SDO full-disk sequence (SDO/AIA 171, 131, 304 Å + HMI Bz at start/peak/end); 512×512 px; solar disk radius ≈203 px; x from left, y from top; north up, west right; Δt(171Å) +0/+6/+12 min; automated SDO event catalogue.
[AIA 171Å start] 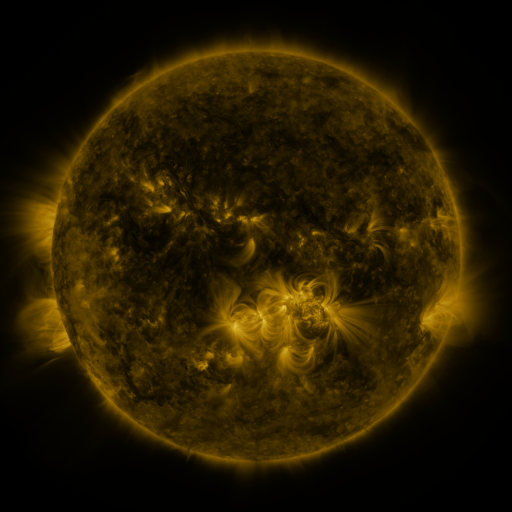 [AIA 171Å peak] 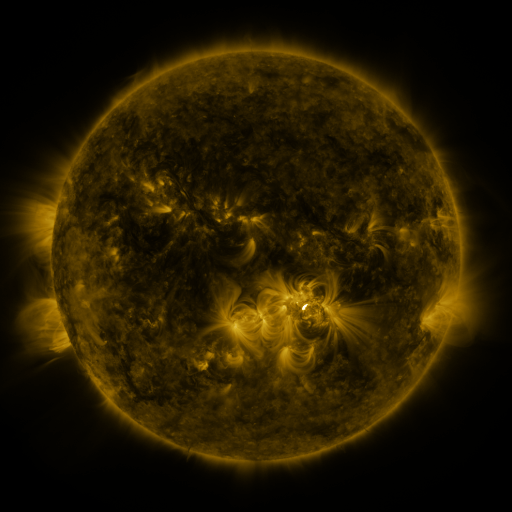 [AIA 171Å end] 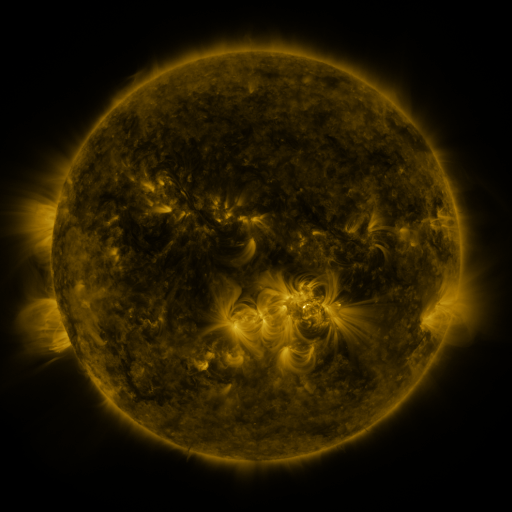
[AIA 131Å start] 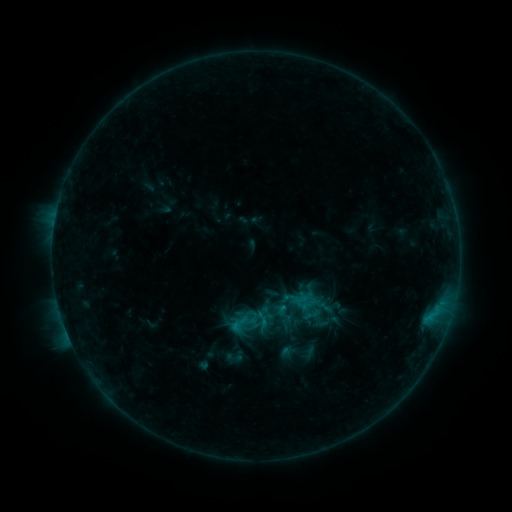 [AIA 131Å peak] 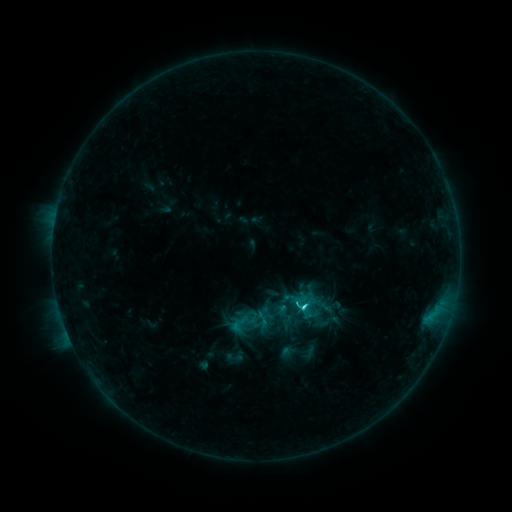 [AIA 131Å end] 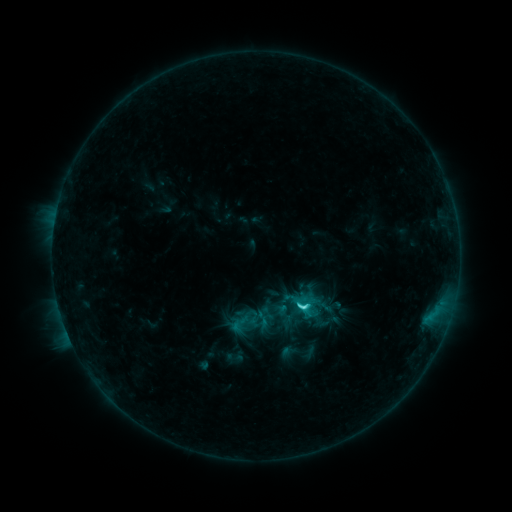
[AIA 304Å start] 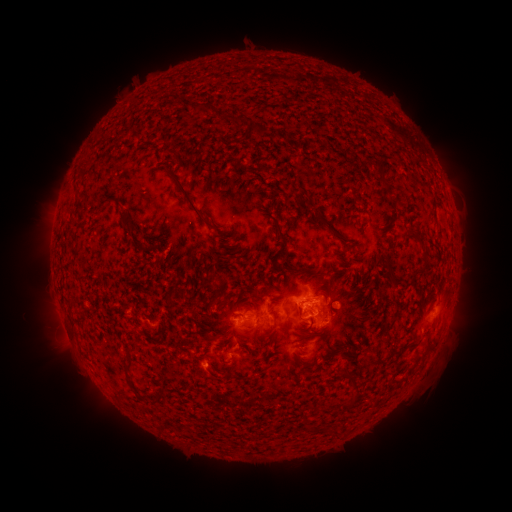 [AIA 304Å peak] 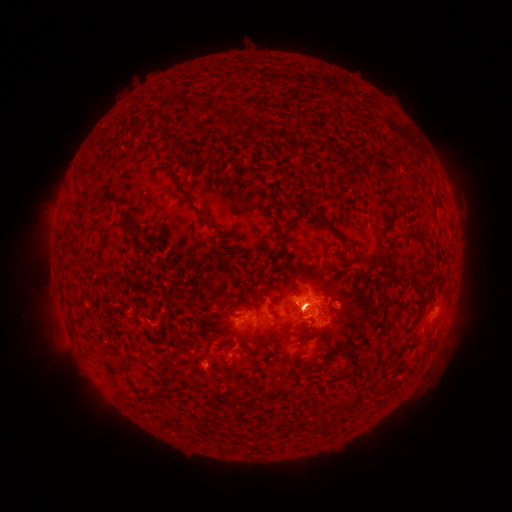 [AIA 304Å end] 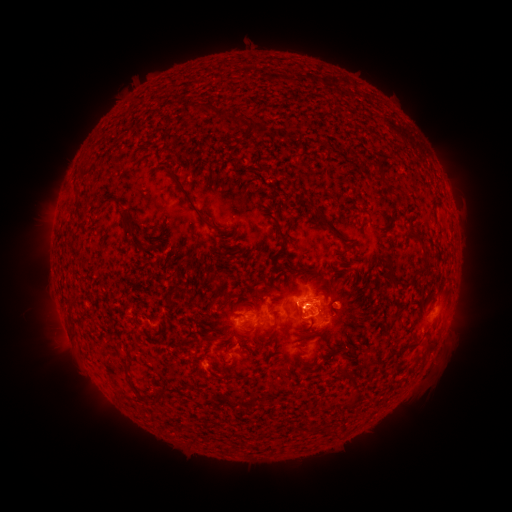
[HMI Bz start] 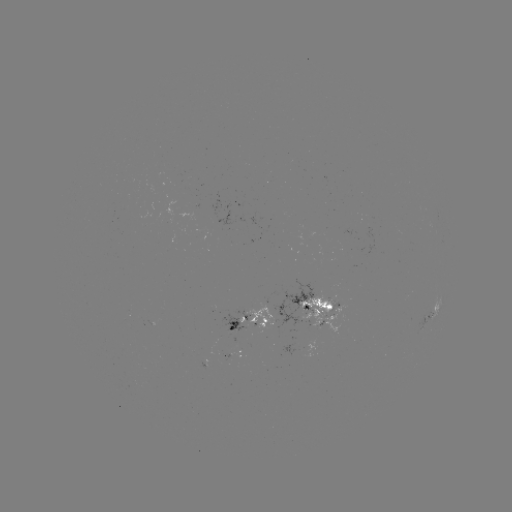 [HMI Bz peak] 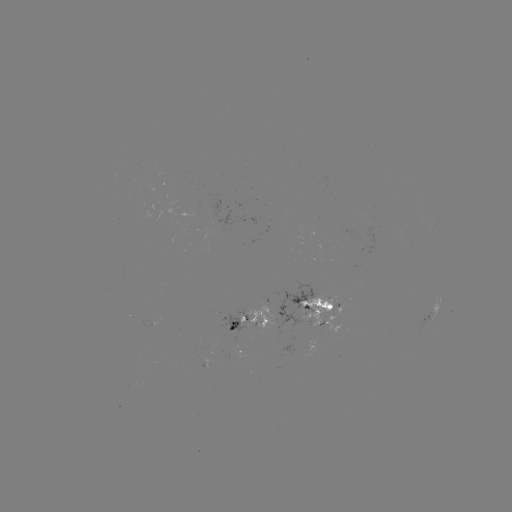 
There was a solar eruption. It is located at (302, 288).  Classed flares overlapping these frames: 1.